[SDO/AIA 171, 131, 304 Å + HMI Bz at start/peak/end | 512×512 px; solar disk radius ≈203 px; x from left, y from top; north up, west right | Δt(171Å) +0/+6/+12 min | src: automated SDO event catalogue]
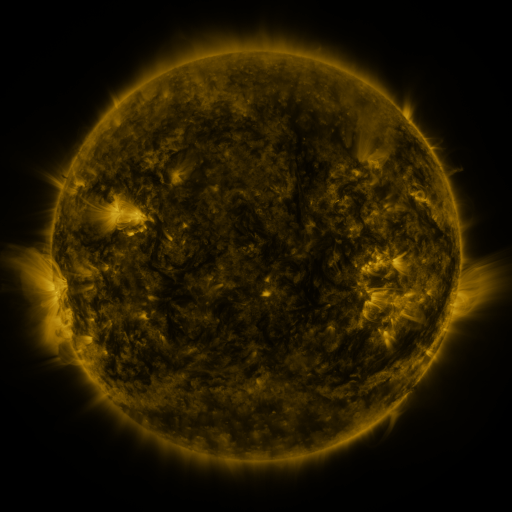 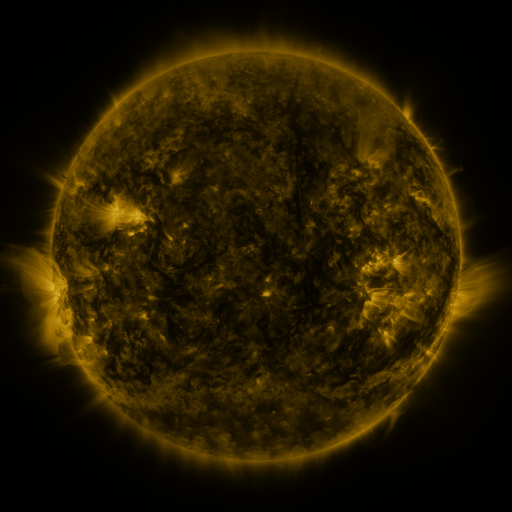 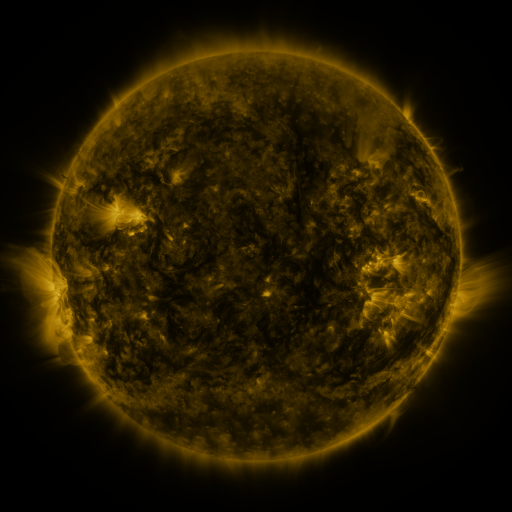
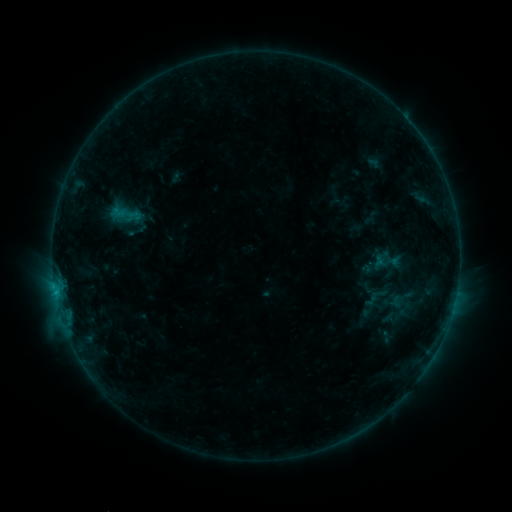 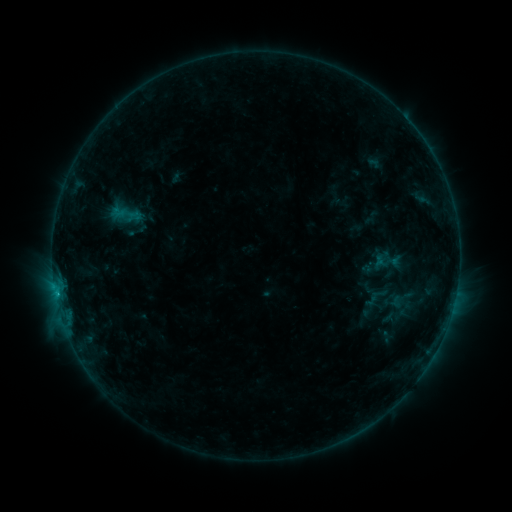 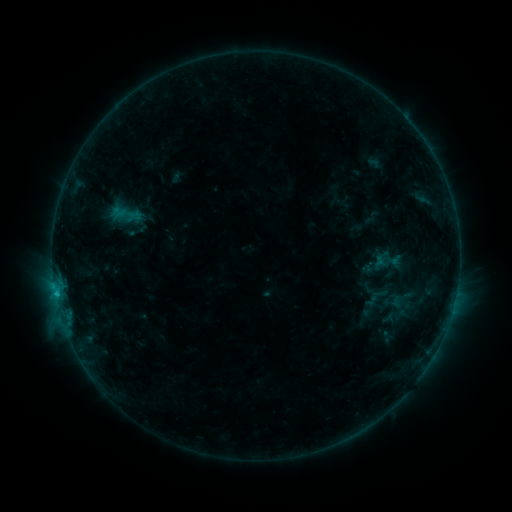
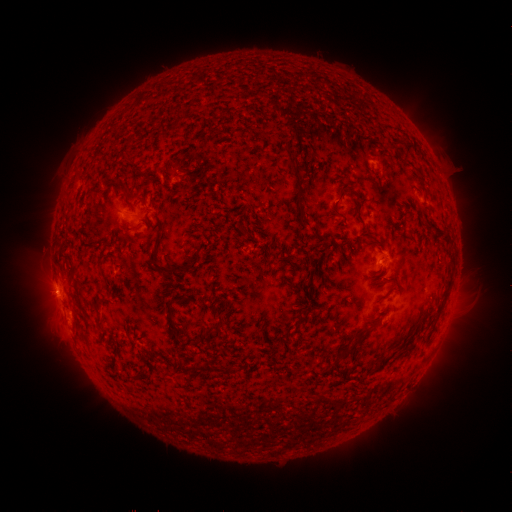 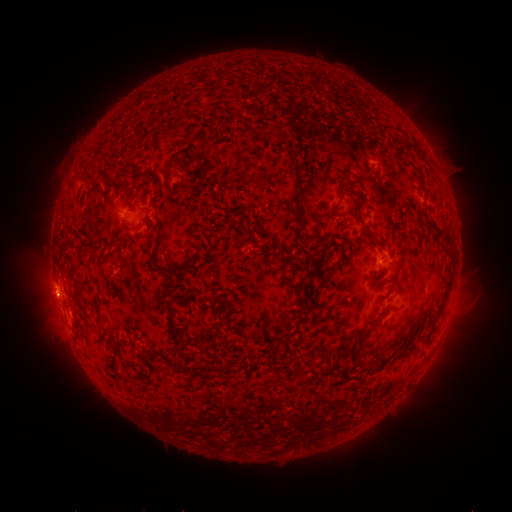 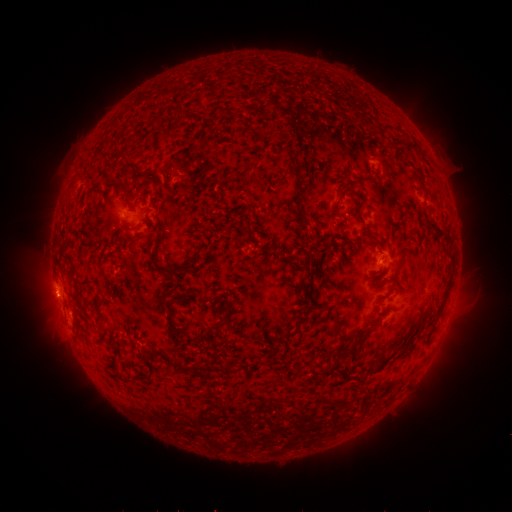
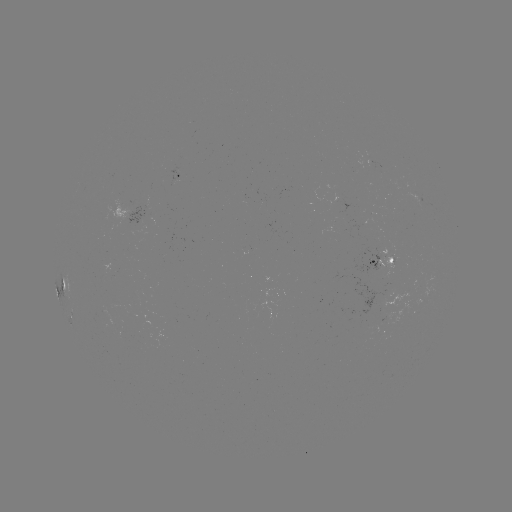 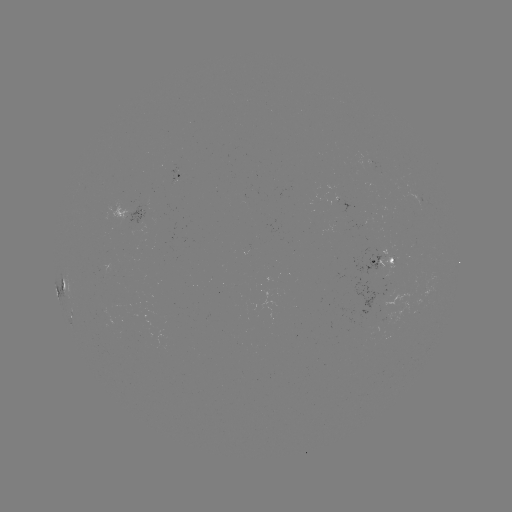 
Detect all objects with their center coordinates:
B8.9 flare: (57, 292)
